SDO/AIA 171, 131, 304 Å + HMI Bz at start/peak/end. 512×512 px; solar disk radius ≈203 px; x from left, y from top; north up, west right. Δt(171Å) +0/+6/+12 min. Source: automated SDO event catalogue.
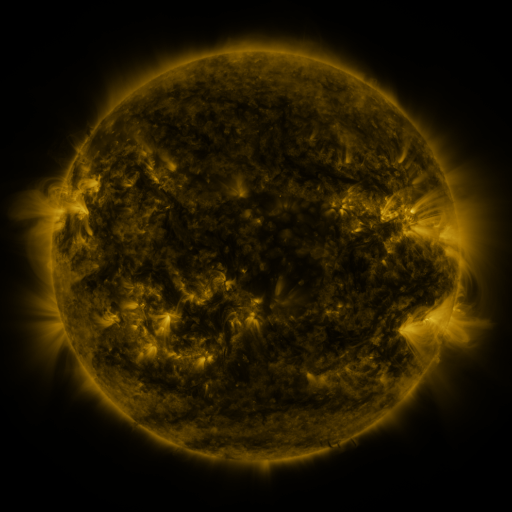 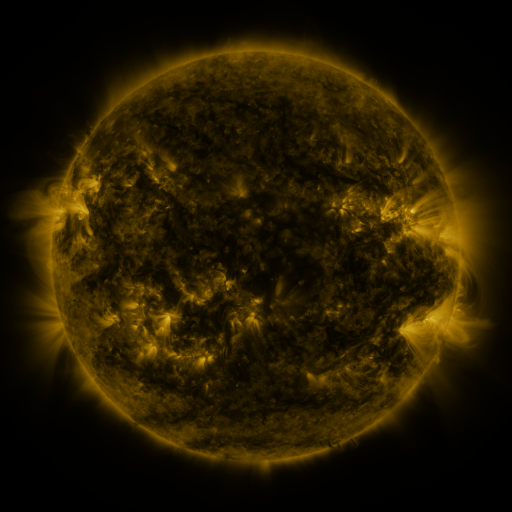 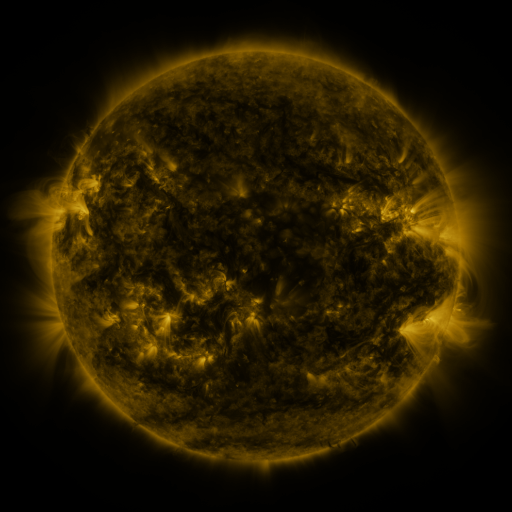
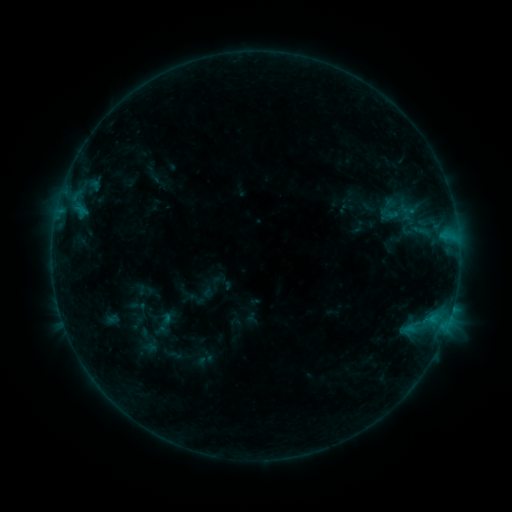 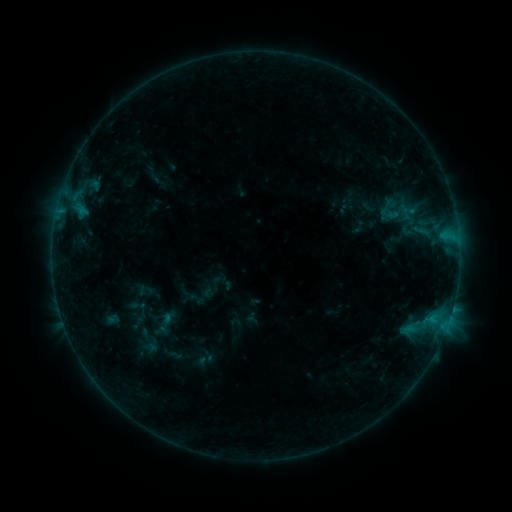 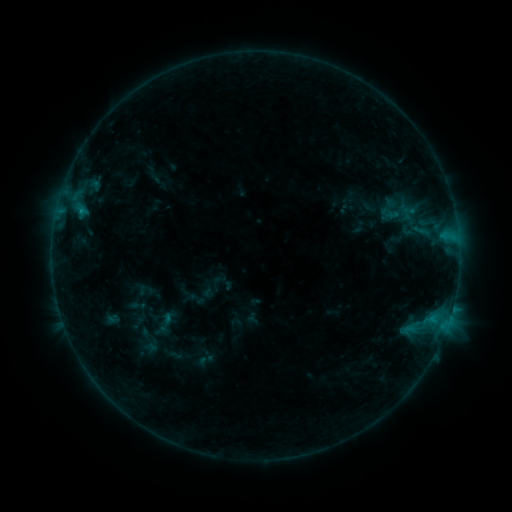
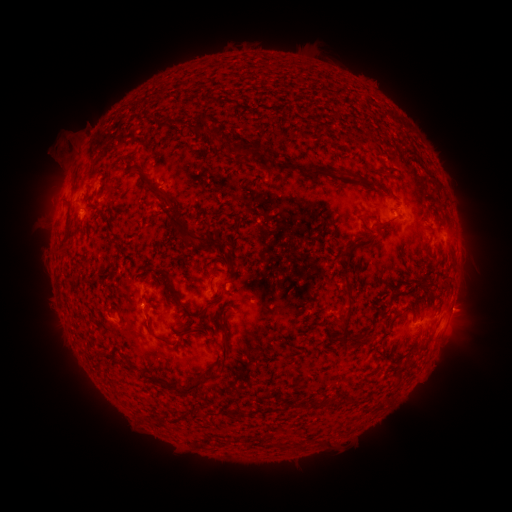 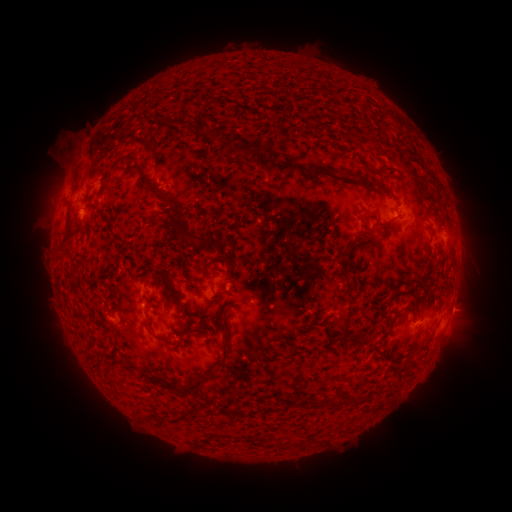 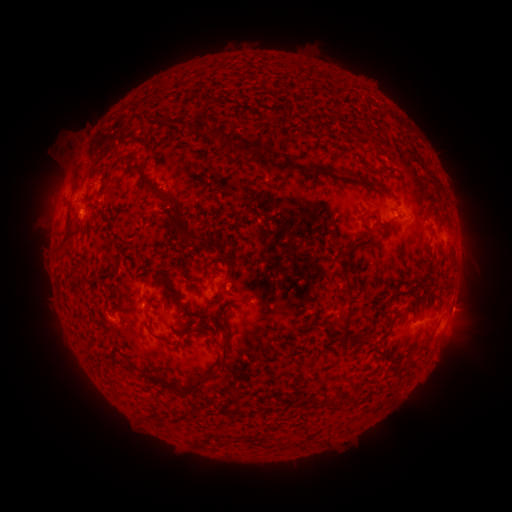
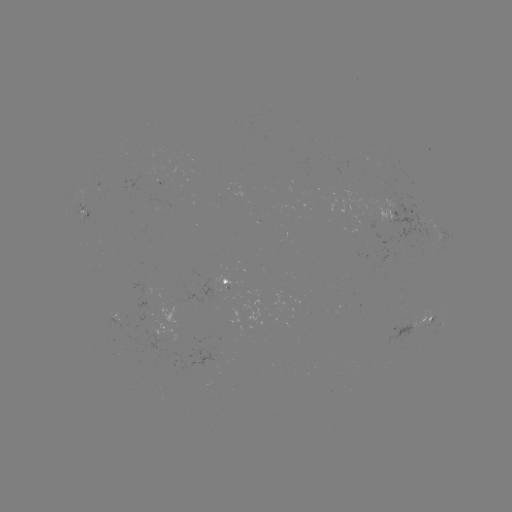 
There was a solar flare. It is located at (81, 212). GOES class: B4.4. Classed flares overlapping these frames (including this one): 1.